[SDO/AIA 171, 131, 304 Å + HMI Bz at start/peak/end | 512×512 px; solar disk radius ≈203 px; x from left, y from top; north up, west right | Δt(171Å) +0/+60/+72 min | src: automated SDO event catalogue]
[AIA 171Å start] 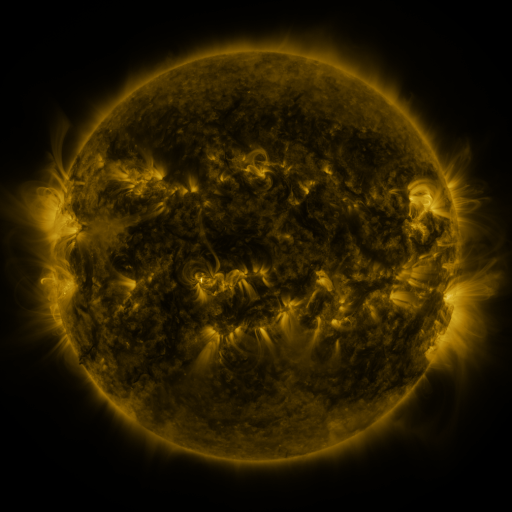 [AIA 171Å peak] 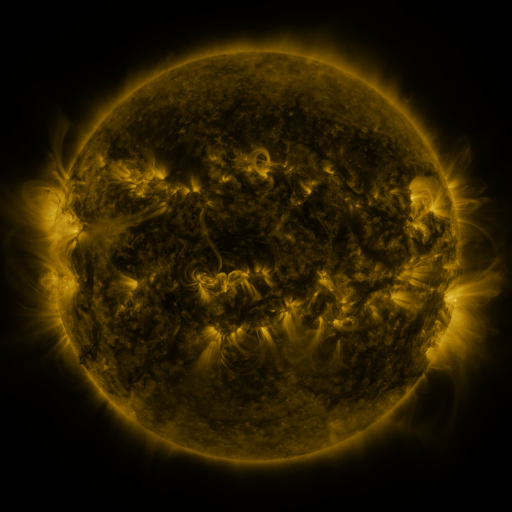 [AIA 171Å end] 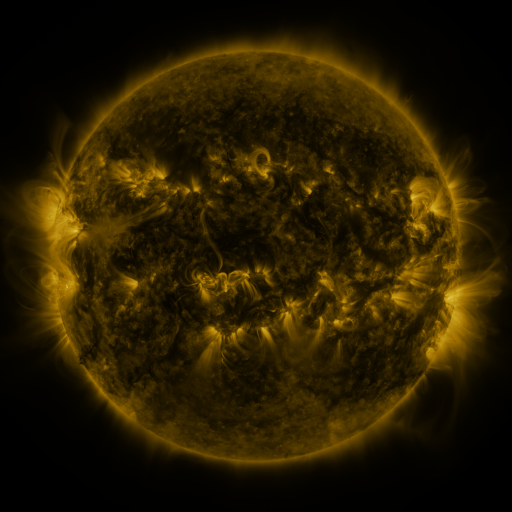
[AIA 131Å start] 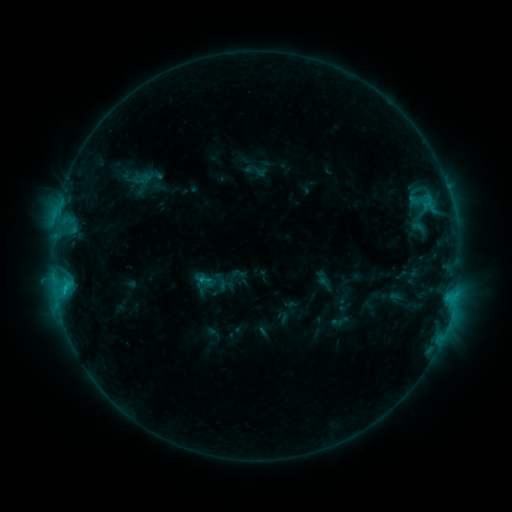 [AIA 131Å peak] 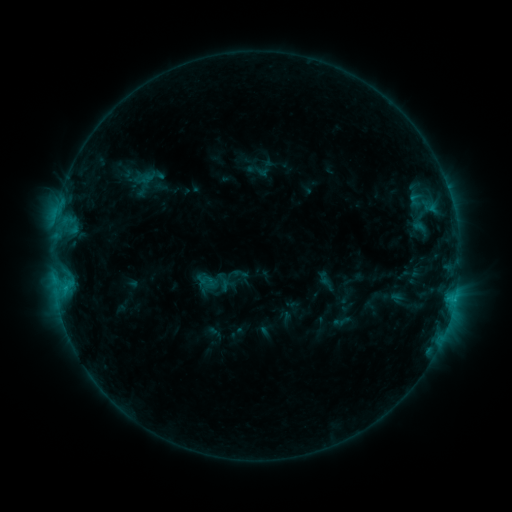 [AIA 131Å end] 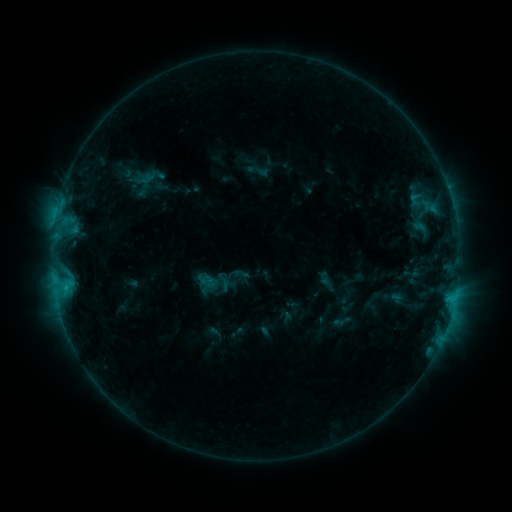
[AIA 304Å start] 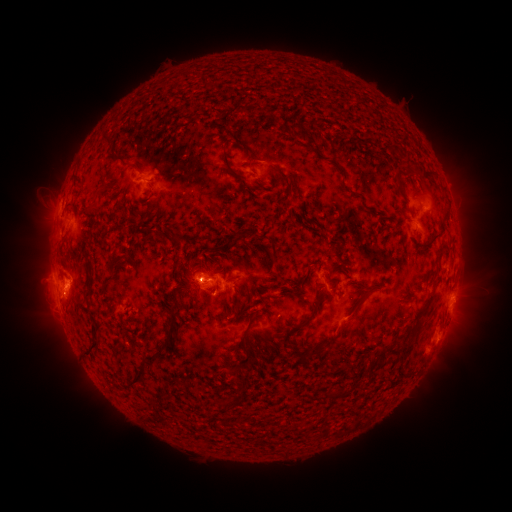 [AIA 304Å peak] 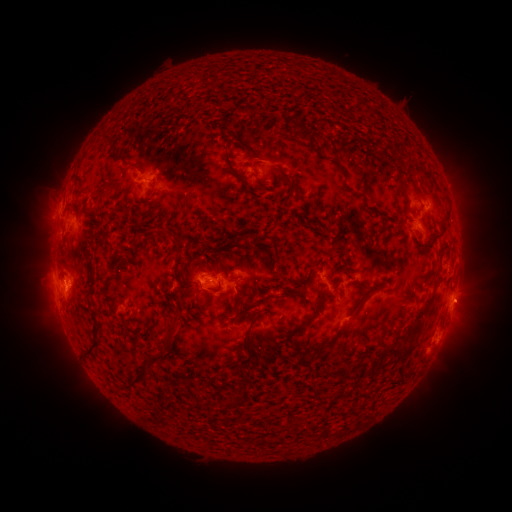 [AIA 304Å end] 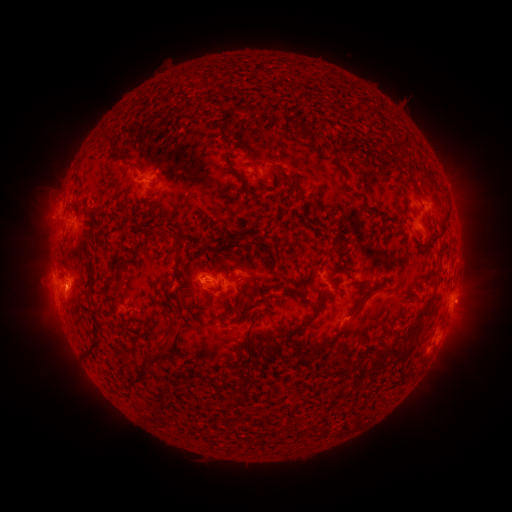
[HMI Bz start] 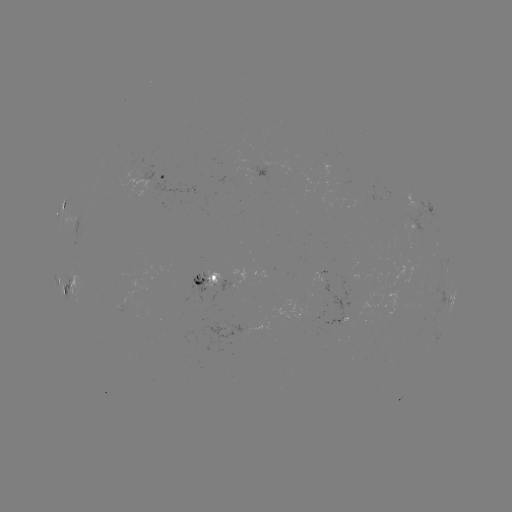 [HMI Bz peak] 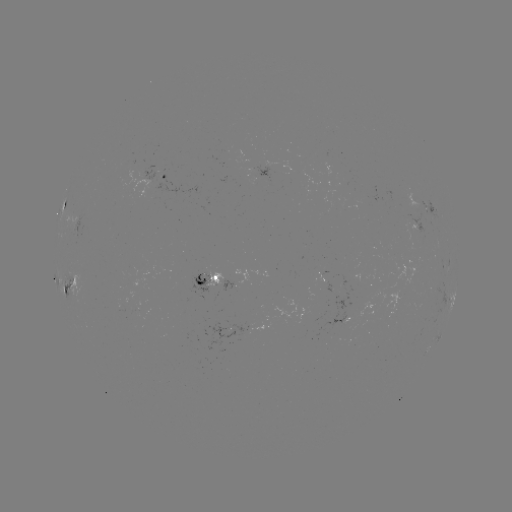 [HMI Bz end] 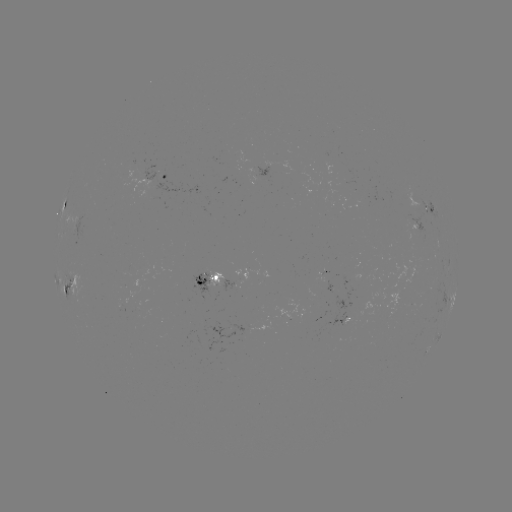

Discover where emerging-flux region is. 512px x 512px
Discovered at [394, 271].